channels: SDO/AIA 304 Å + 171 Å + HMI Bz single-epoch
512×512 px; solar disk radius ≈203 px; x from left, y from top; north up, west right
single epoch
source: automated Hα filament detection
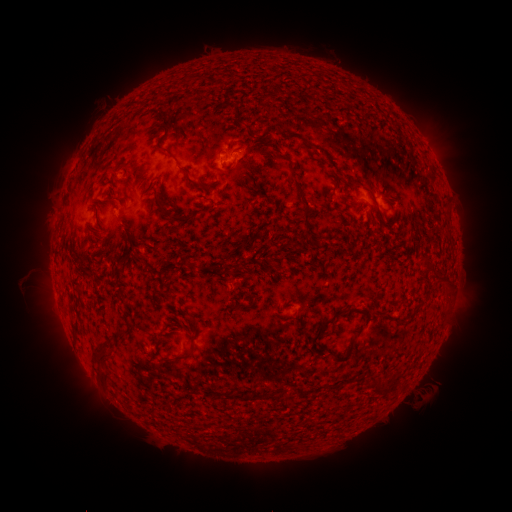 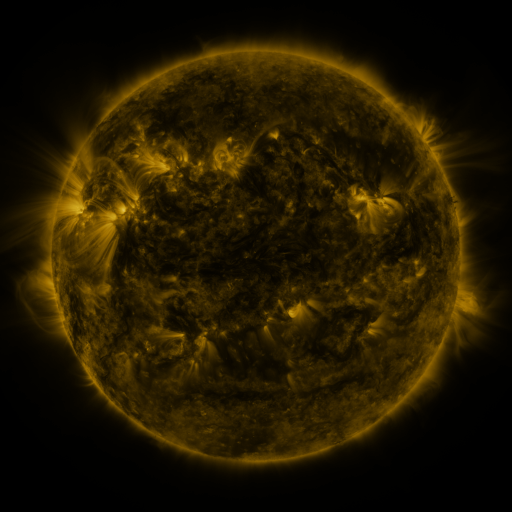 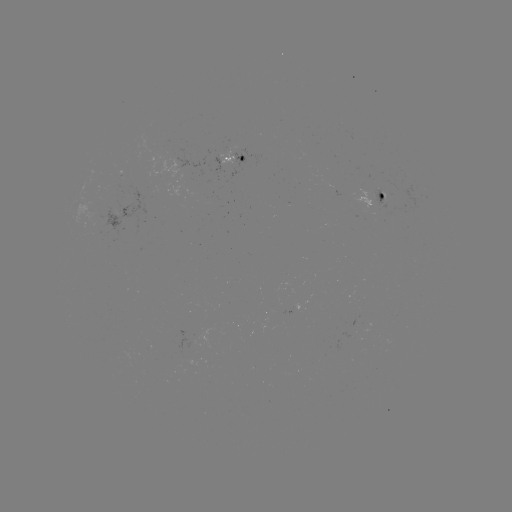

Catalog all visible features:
filament: (181, 82)
filament: (213, 83)
filament: (235, 123)
filament: (296, 135)
filament: (201, 149)
filament: (167, 154)
filament: (274, 156)
filament: (125, 168)
filament: (193, 184)
filament: (305, 210)
filament: (170, 211)
filament: (379, 213)
filament: (131, 244)
filament: (123, 251)
filament: (311, 267)
filament: (80, 291)
filament: (238, 306)
filament: (360, 310)
filament: (328, 320)
filament: (120, 334)
filament: (348, 351)
filament: (179, 358)
filament: (101, 363)
filament: (335, 385)
filament: (378, 385)
filament: (261, 396)
